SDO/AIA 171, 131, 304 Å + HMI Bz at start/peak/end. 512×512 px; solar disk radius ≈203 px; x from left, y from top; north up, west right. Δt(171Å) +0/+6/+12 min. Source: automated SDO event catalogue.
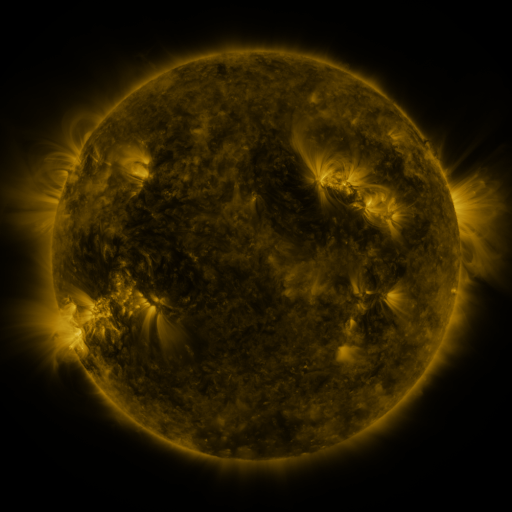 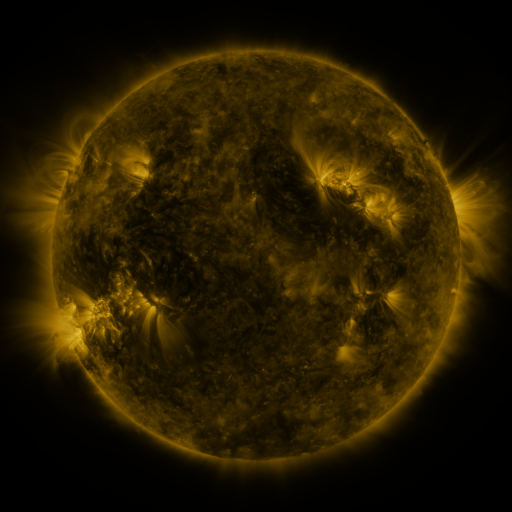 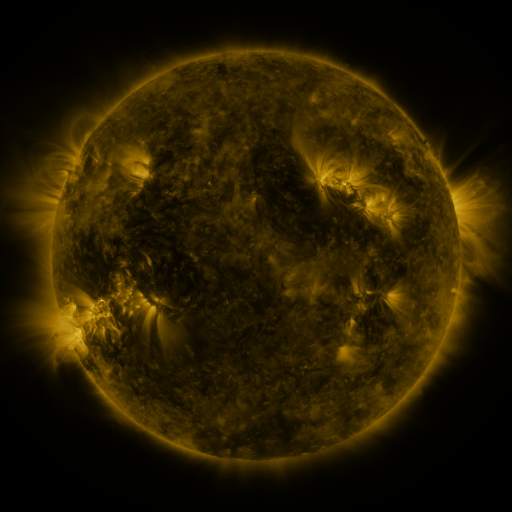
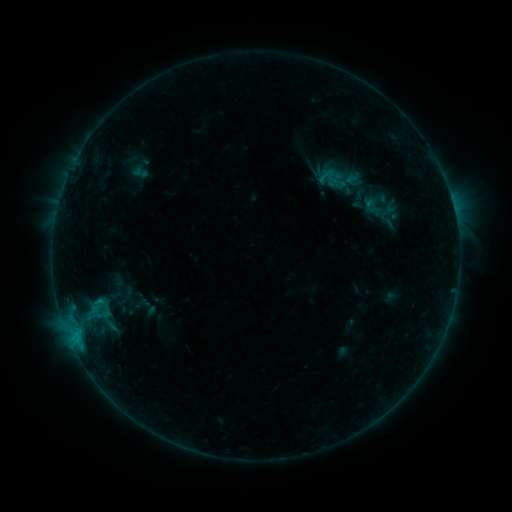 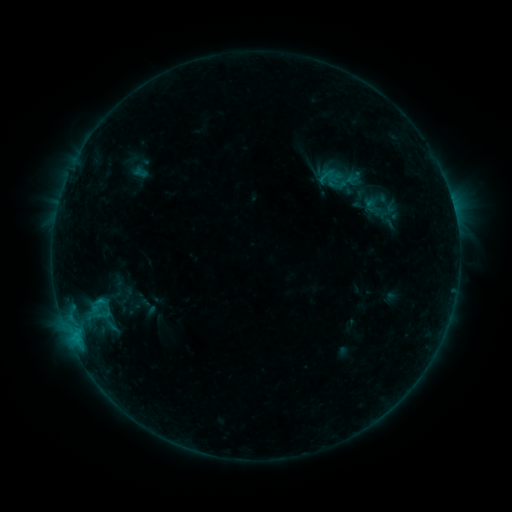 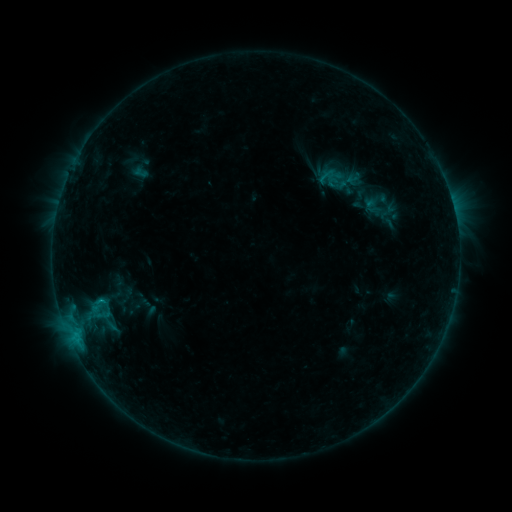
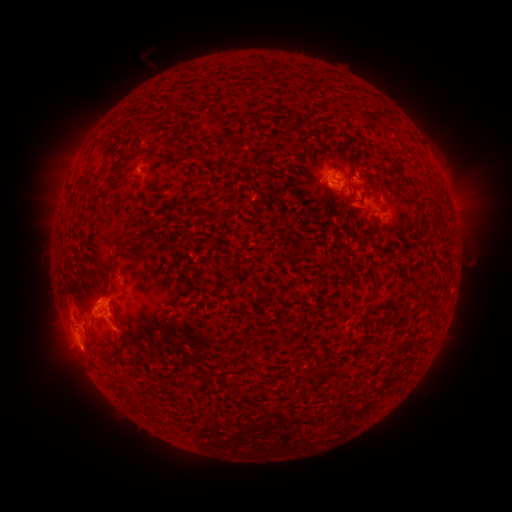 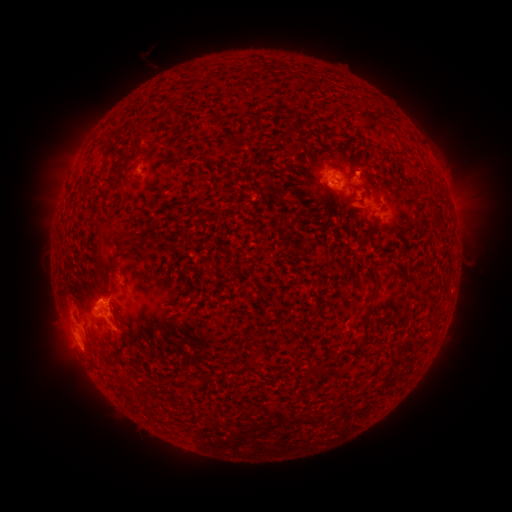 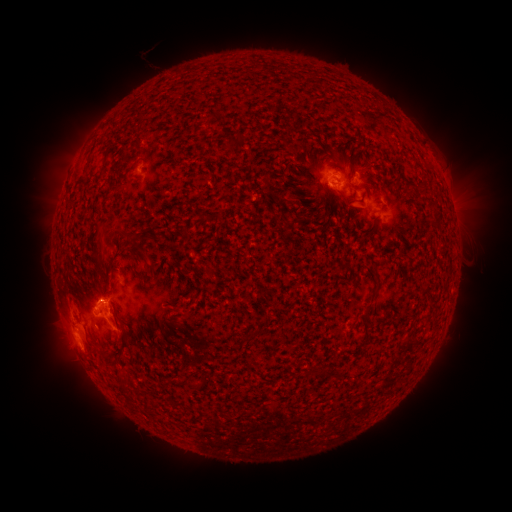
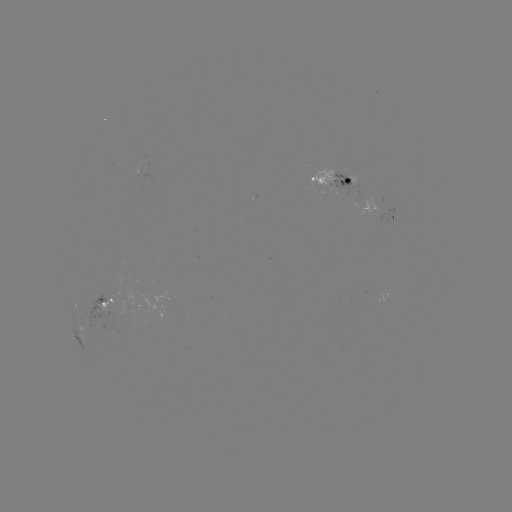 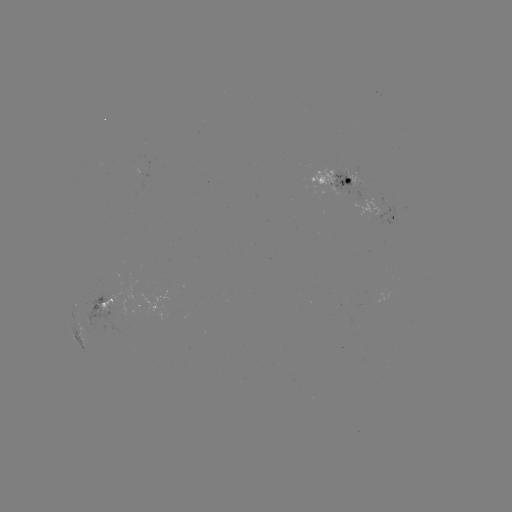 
no classed flare was catalogued and no EUV brightening was flagged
